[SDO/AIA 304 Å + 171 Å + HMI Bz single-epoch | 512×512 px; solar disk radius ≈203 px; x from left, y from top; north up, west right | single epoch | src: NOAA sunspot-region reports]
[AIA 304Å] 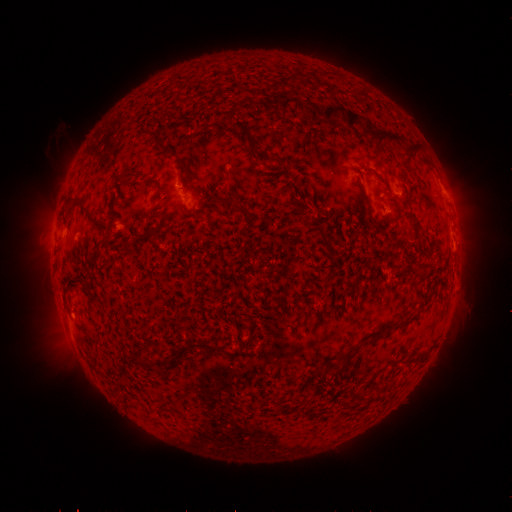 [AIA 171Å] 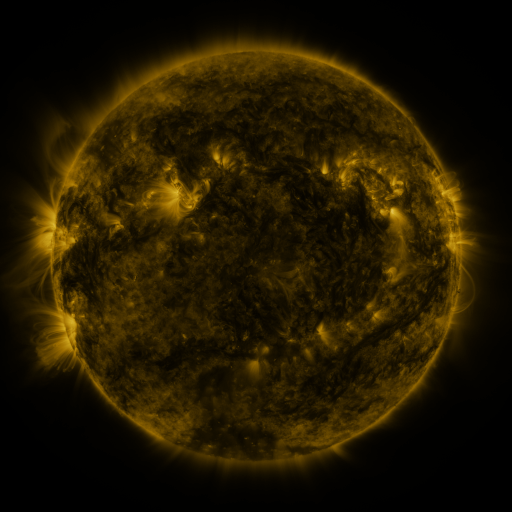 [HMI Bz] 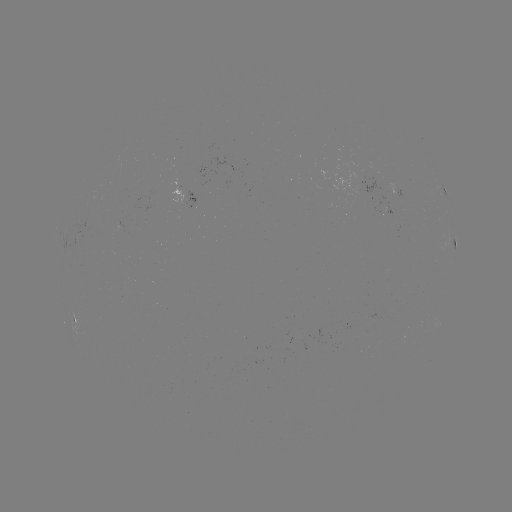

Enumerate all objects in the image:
spotted active region: (185, 191)
spotted active region: (446, 193)
spotted active region: (455, 242)
spotted active region: (79, 319)
